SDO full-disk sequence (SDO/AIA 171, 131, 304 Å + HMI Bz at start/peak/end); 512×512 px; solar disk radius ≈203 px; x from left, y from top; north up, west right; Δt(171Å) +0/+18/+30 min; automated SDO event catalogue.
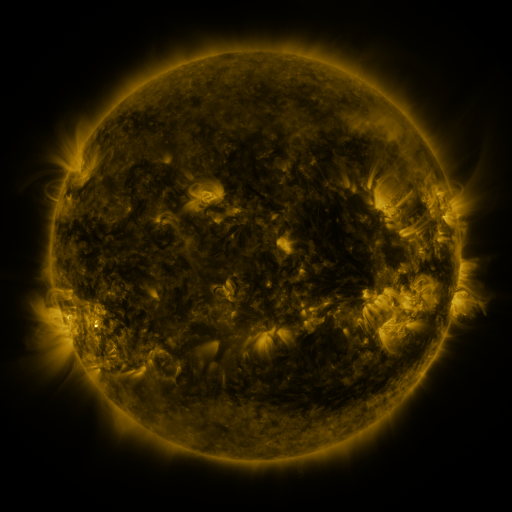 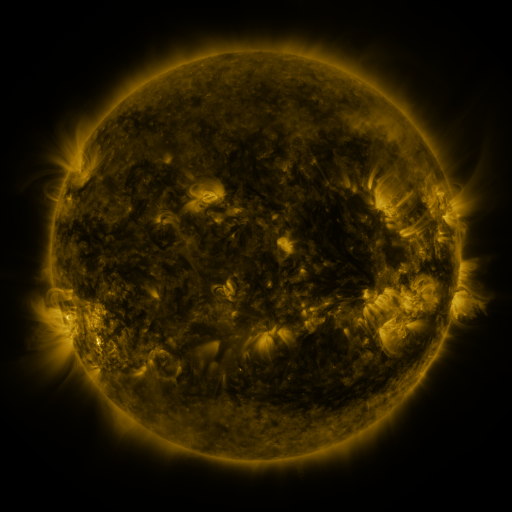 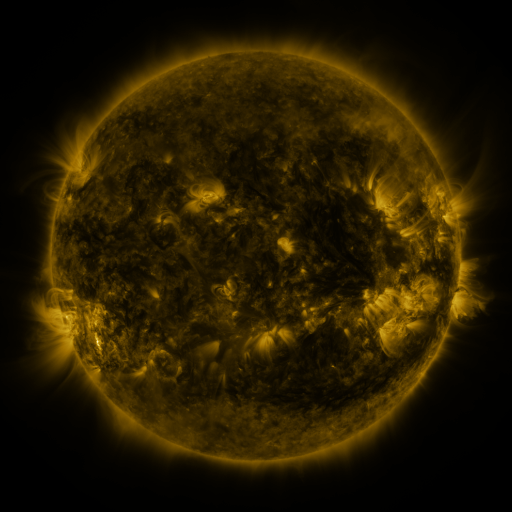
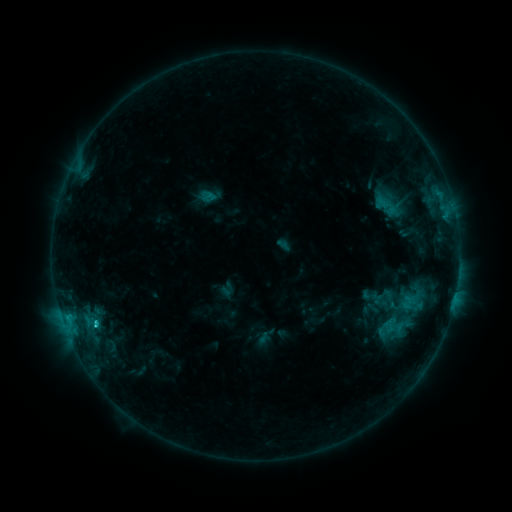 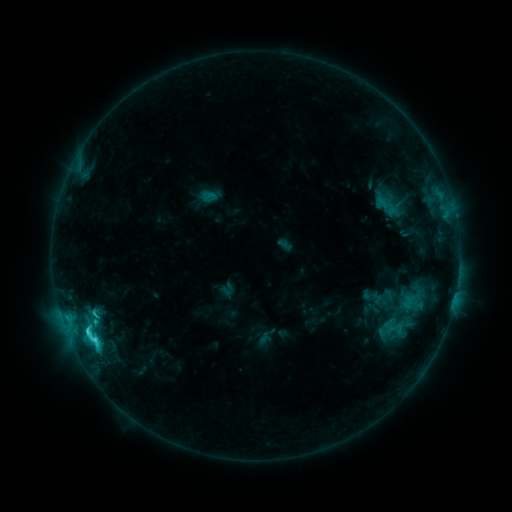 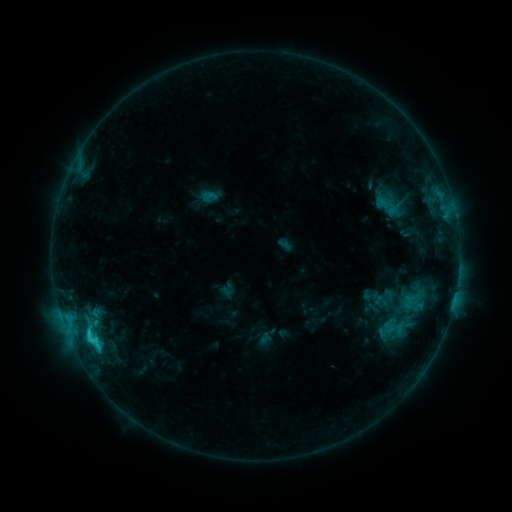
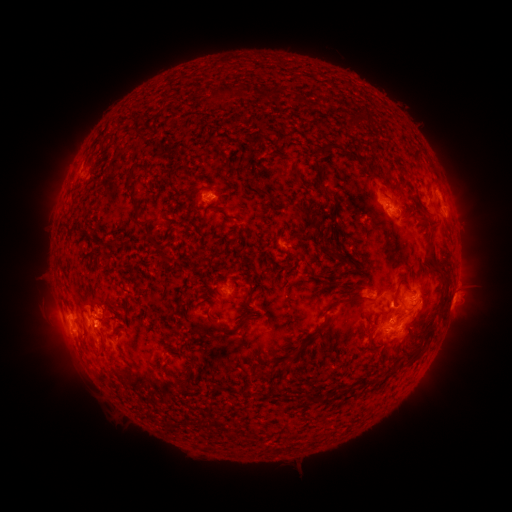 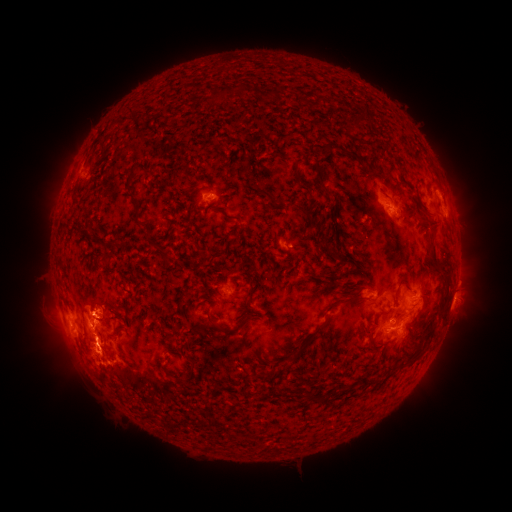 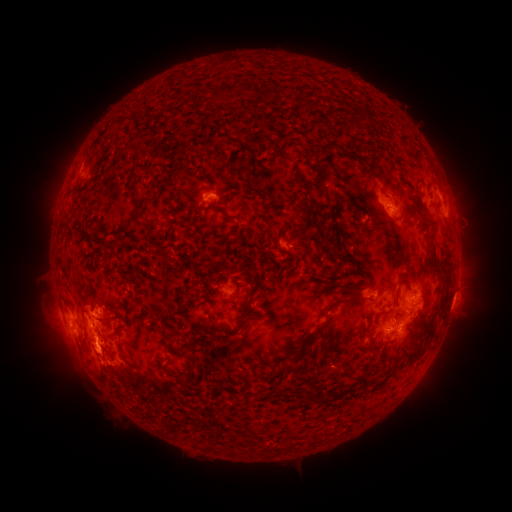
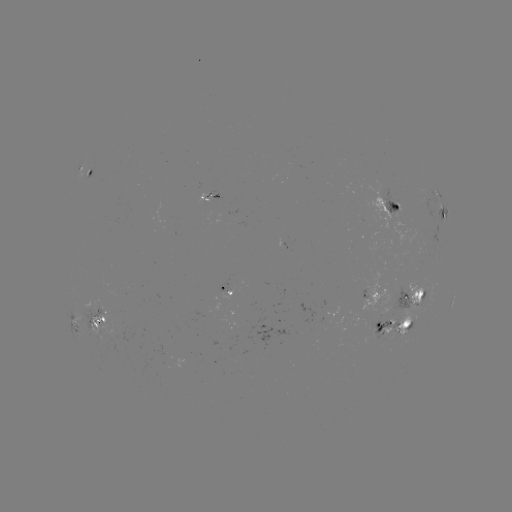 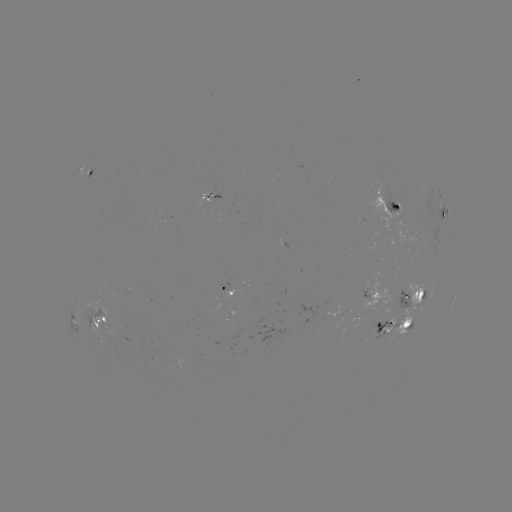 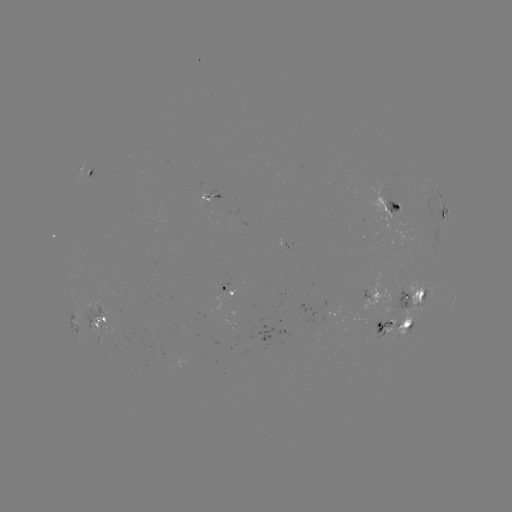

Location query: C4.5 flare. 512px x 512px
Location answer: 94,339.